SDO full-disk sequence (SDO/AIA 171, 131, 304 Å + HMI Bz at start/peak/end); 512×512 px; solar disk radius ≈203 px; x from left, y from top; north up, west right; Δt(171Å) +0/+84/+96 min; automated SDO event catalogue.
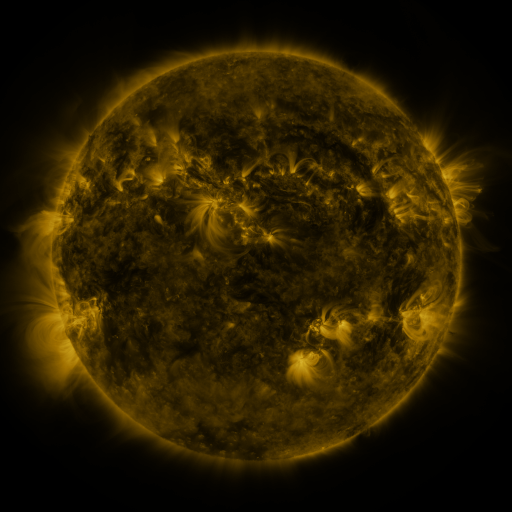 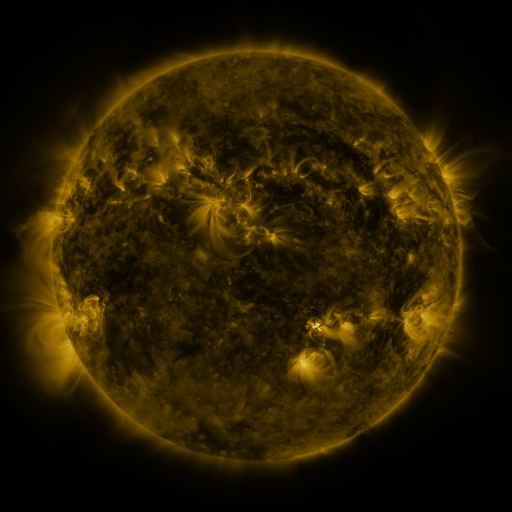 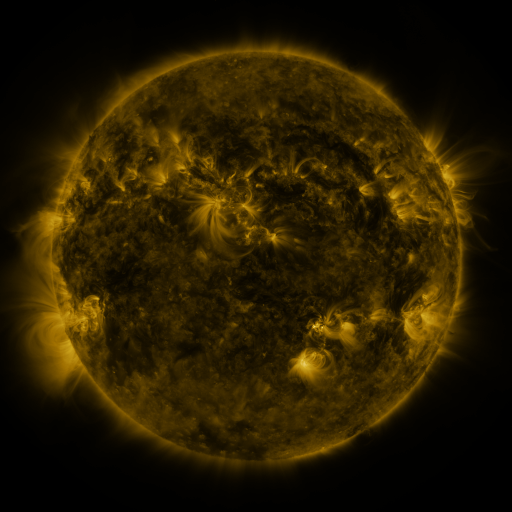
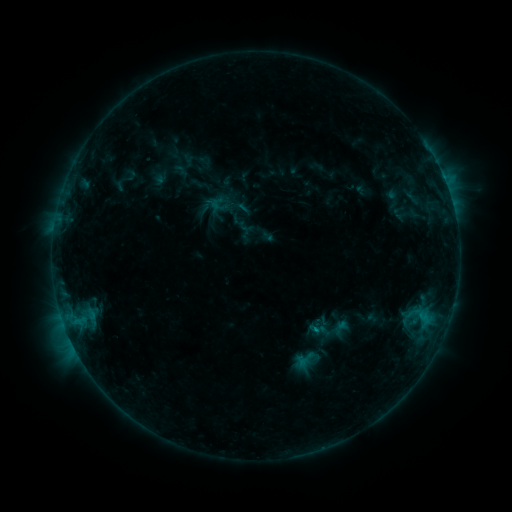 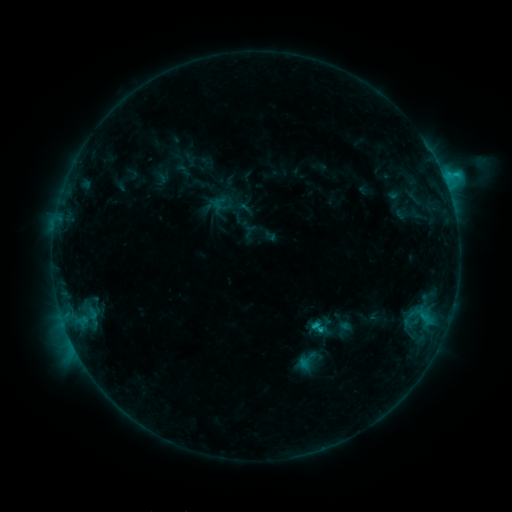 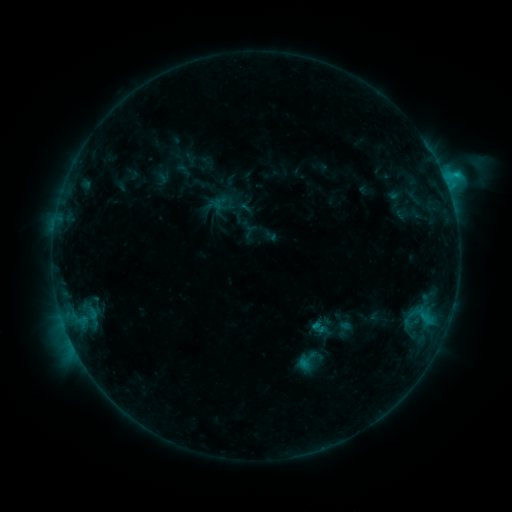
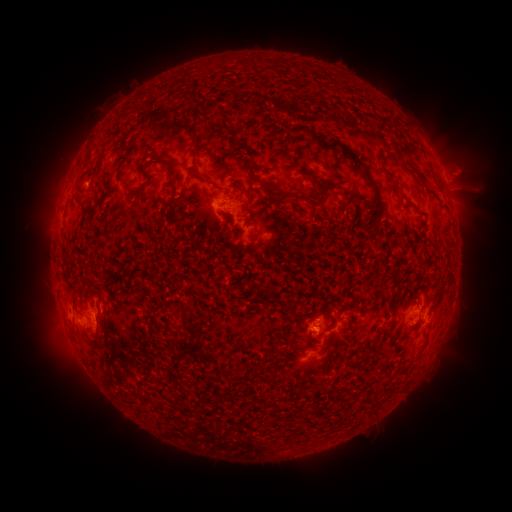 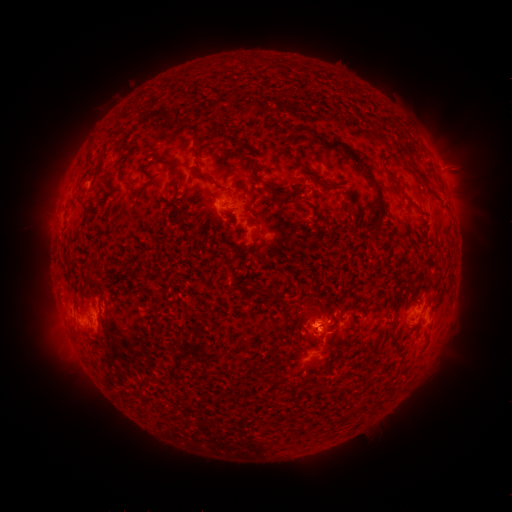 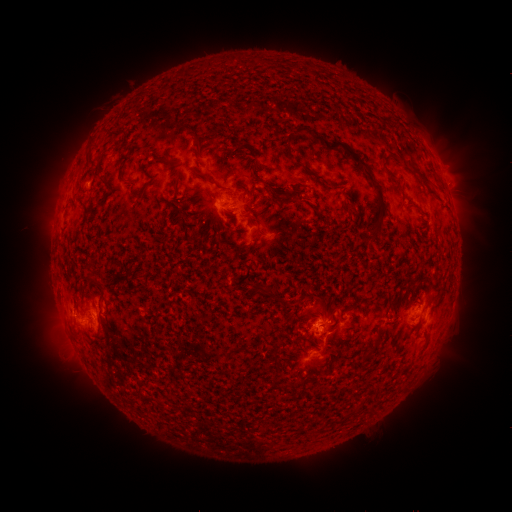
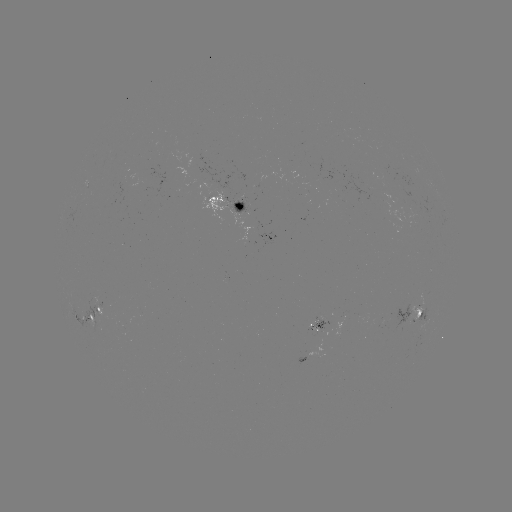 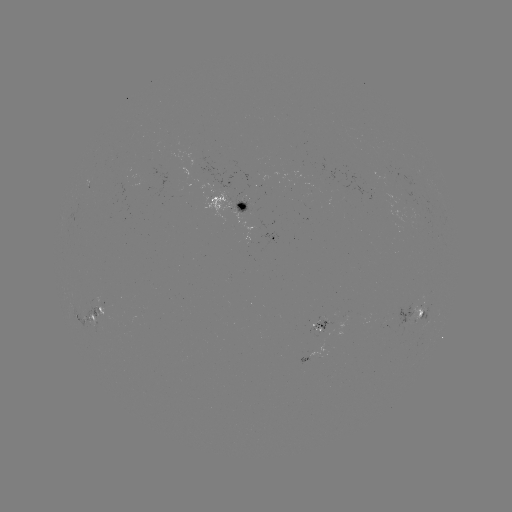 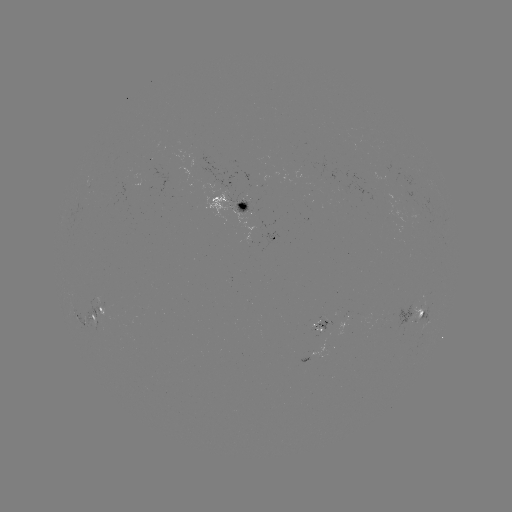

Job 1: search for emerging-flux region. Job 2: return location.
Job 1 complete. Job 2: [317, 331].